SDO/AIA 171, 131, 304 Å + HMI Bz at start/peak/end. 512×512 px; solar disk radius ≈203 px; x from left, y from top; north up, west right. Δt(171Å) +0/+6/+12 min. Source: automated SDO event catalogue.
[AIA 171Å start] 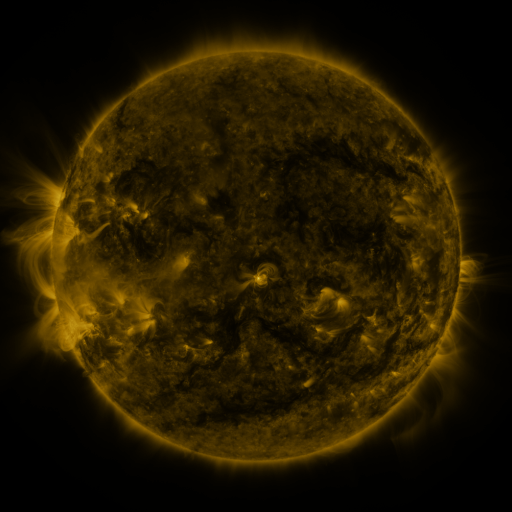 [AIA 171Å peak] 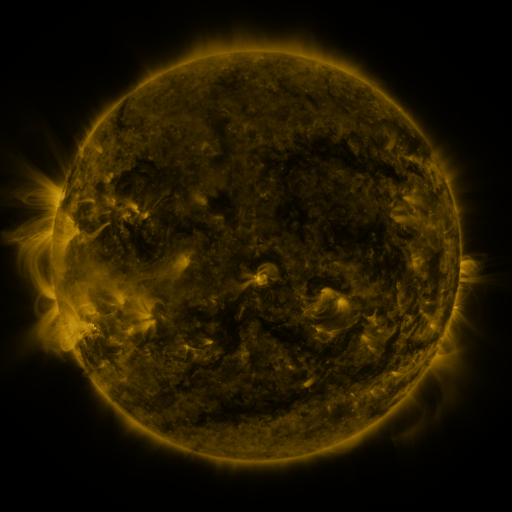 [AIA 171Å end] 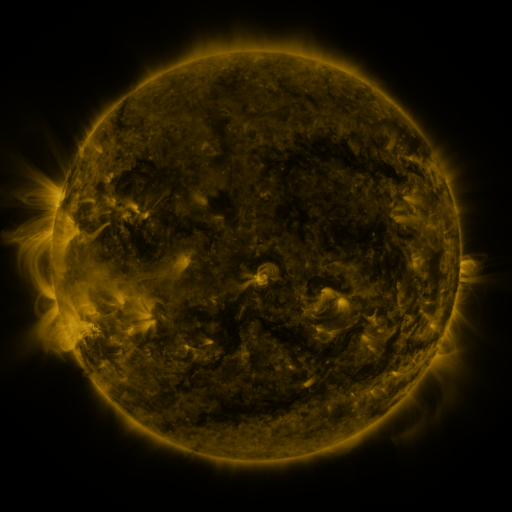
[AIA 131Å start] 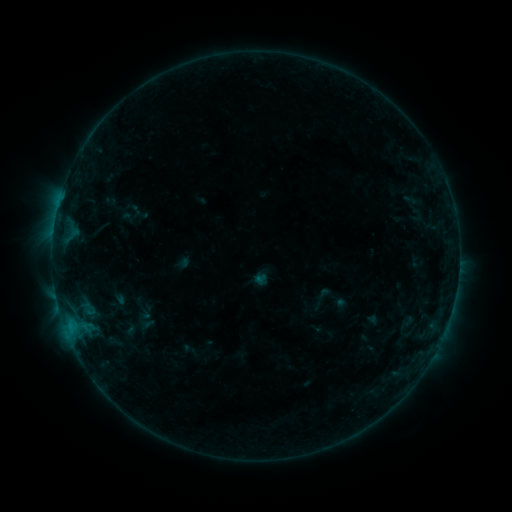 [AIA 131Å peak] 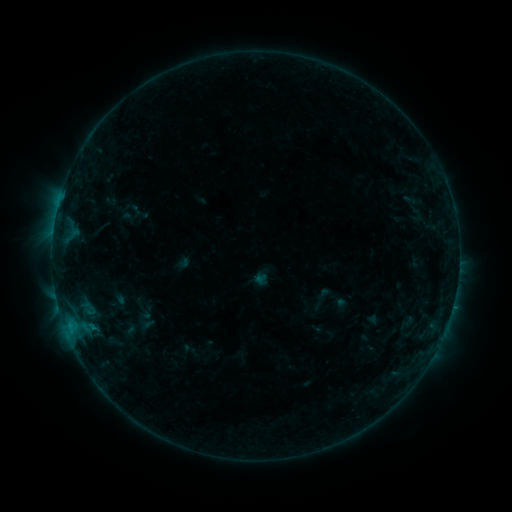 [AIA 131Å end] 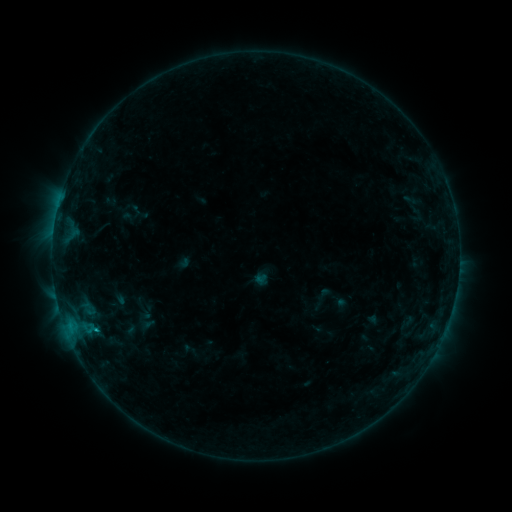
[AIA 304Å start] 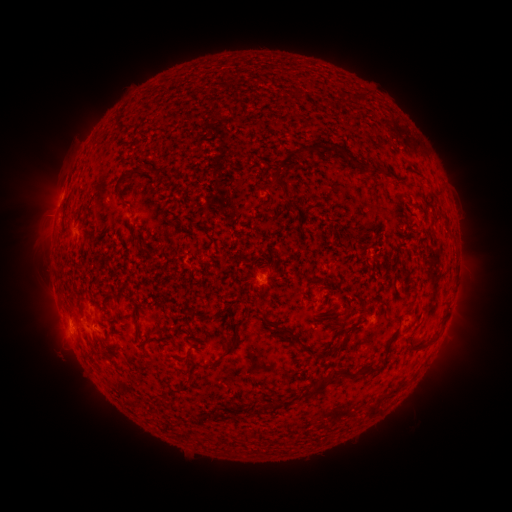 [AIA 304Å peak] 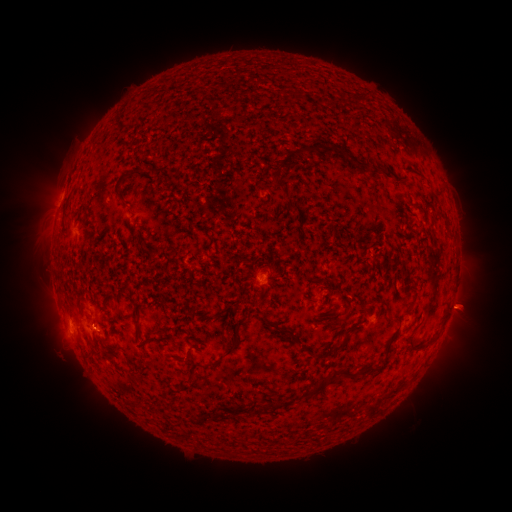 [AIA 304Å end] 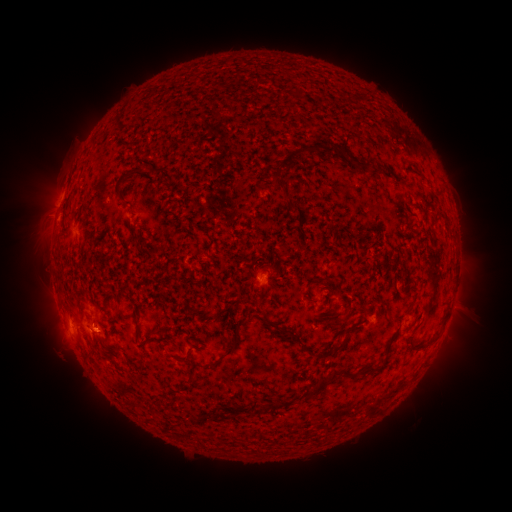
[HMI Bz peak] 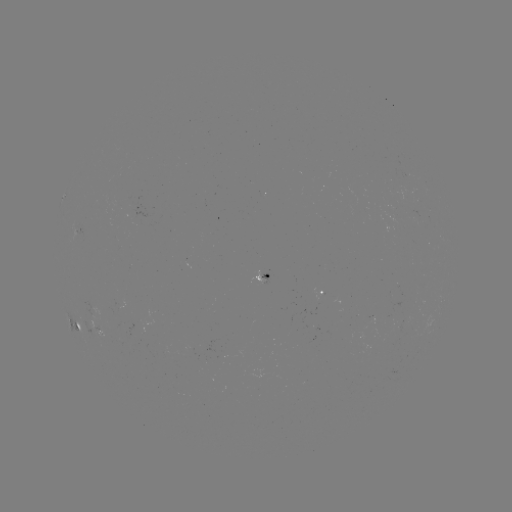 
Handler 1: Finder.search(eruption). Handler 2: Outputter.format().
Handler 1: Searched eruption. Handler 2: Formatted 465,309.